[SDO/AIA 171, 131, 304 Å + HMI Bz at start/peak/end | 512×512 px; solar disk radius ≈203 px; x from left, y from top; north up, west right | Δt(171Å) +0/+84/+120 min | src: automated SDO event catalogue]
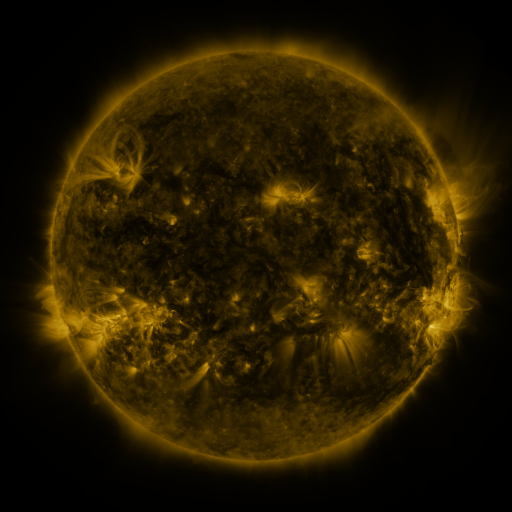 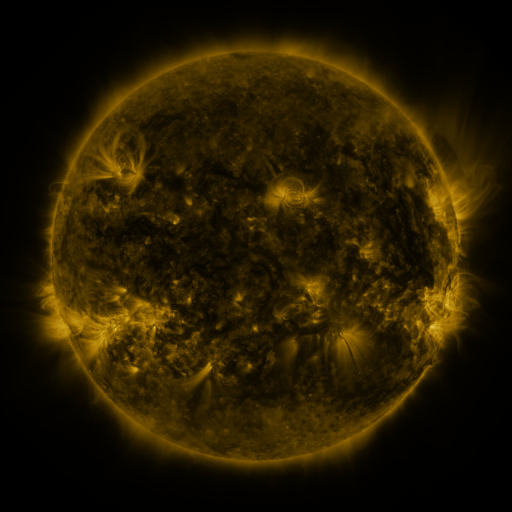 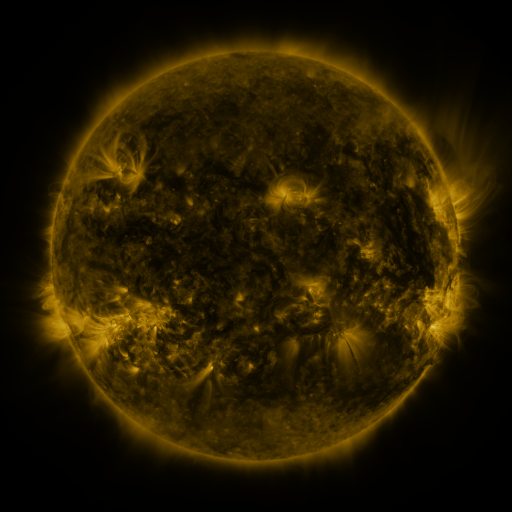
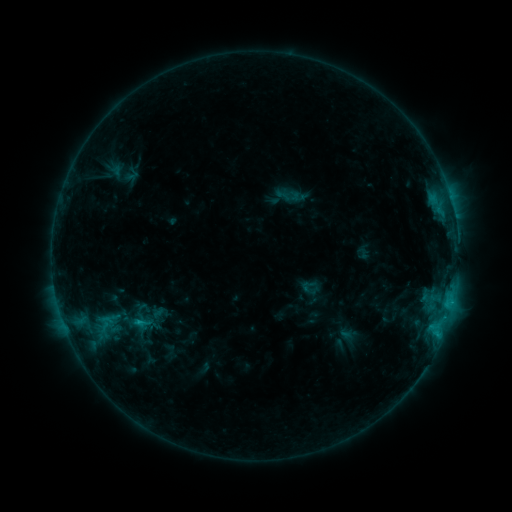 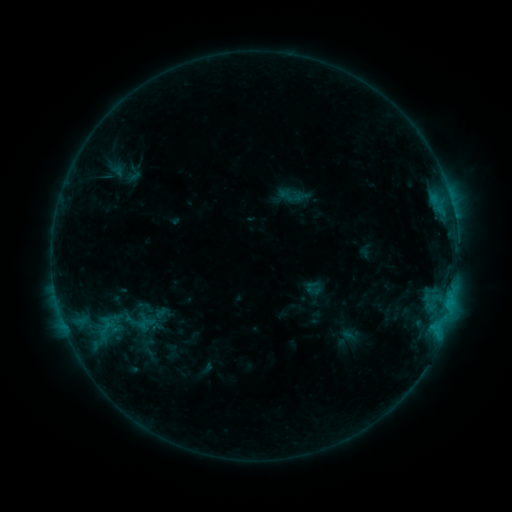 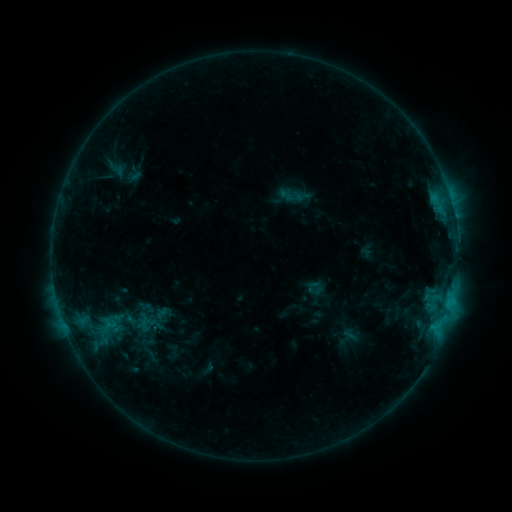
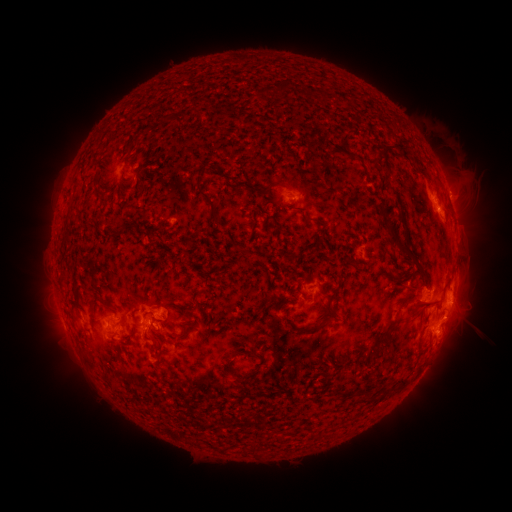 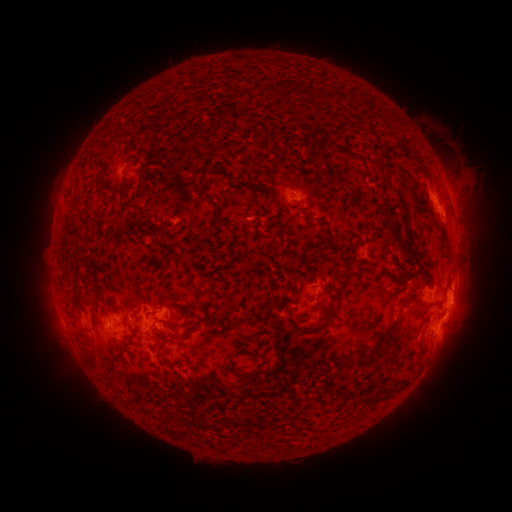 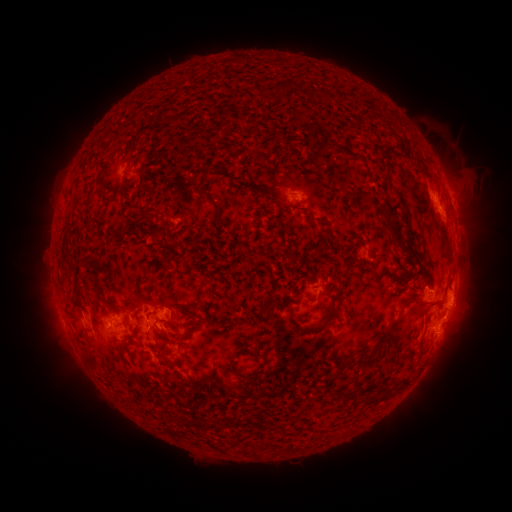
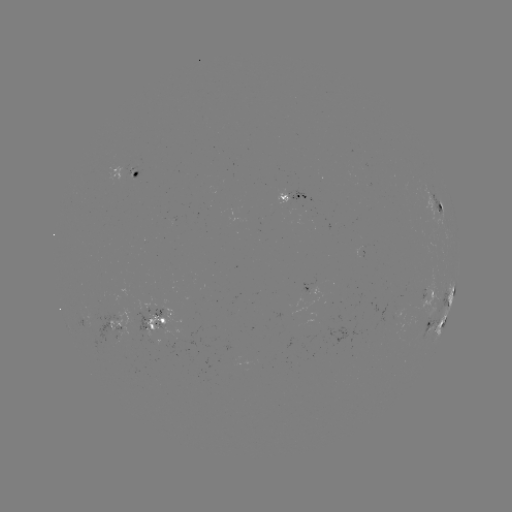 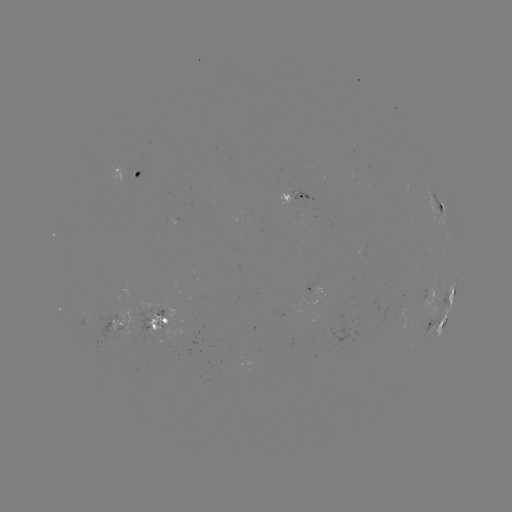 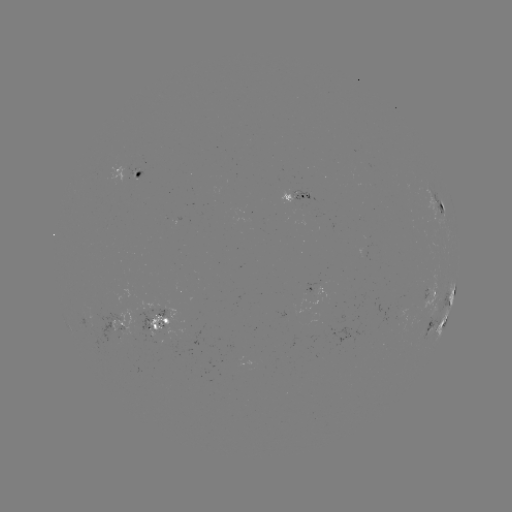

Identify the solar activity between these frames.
emerging-flux region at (125, 168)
